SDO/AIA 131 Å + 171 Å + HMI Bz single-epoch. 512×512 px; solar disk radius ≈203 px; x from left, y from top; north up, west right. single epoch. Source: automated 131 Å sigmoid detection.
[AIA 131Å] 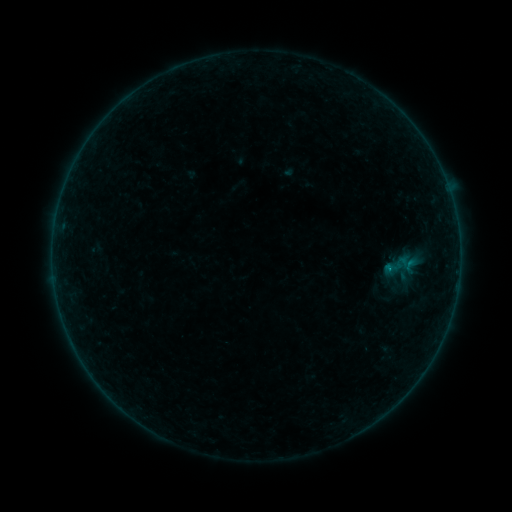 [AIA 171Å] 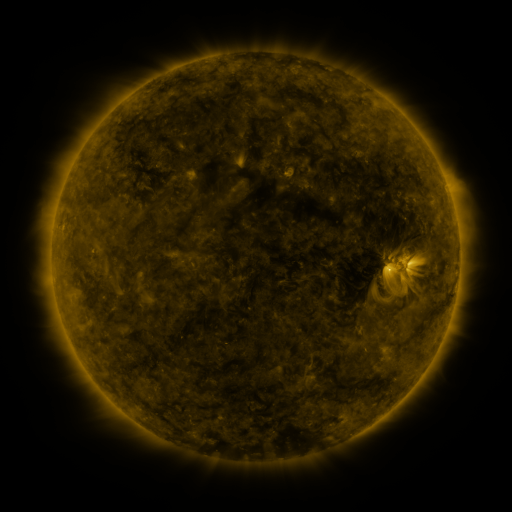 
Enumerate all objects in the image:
sigmoid: [382, 254, 403, 280]
